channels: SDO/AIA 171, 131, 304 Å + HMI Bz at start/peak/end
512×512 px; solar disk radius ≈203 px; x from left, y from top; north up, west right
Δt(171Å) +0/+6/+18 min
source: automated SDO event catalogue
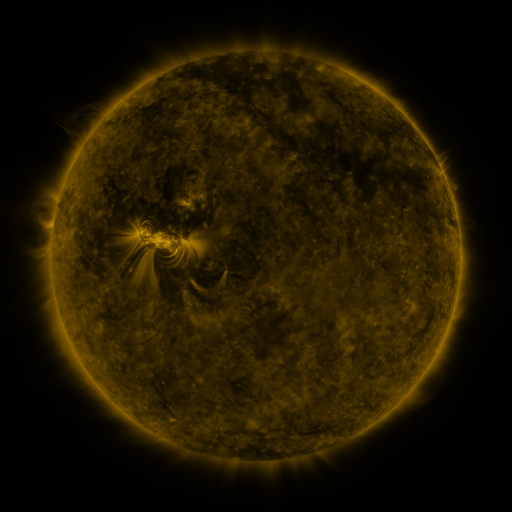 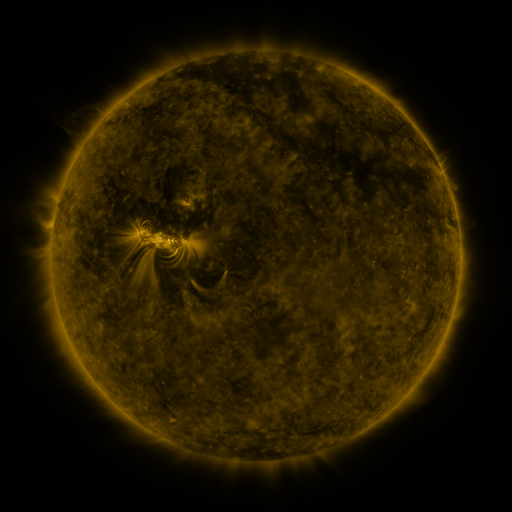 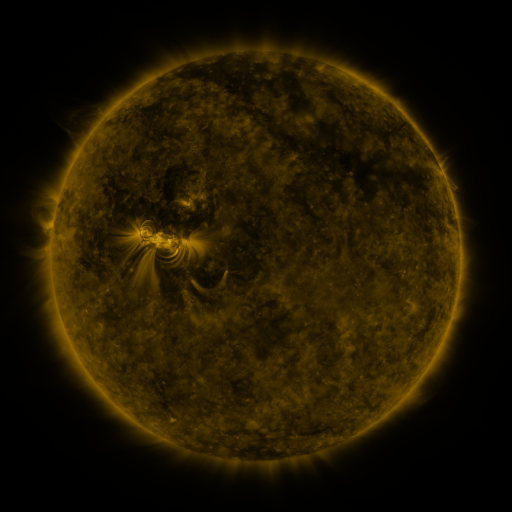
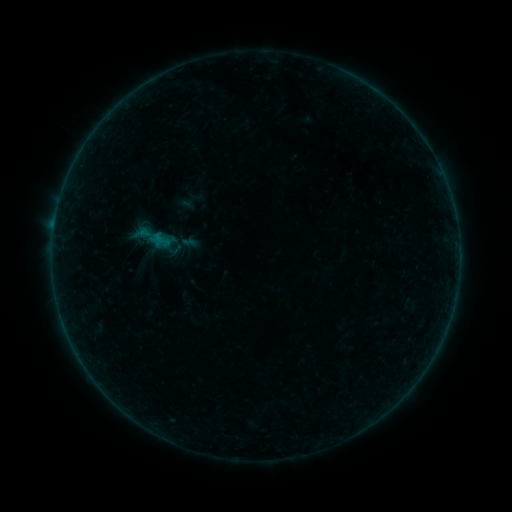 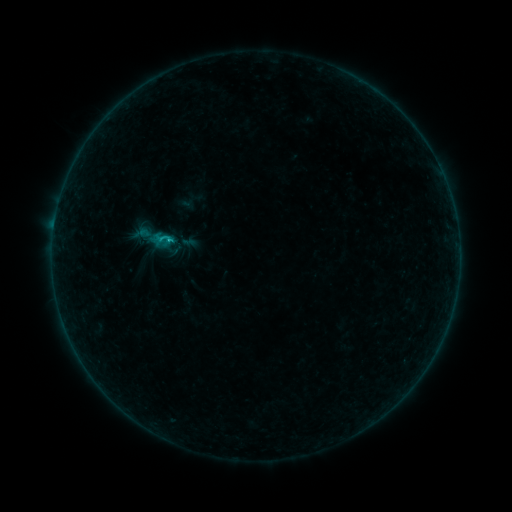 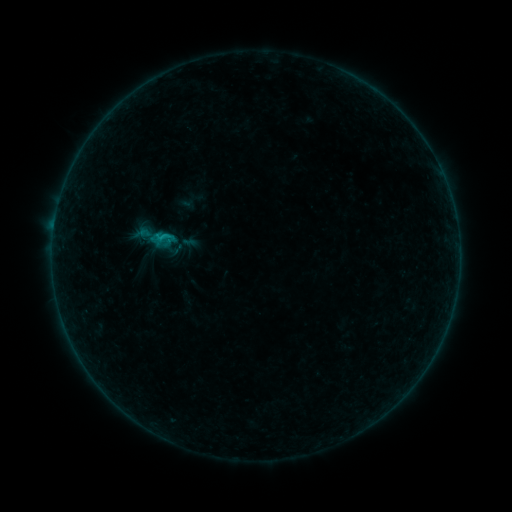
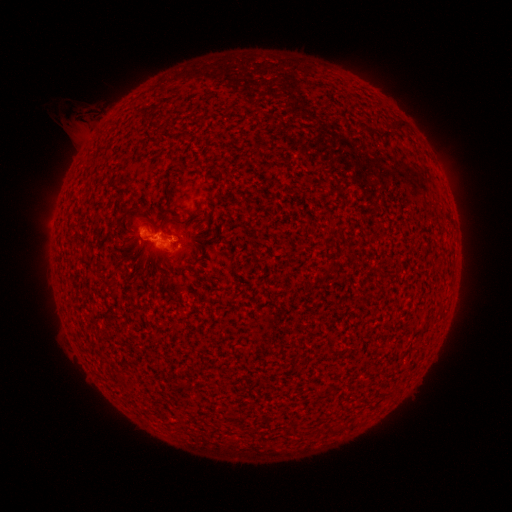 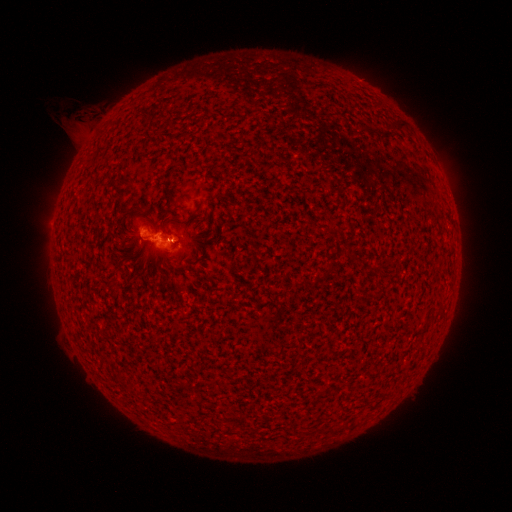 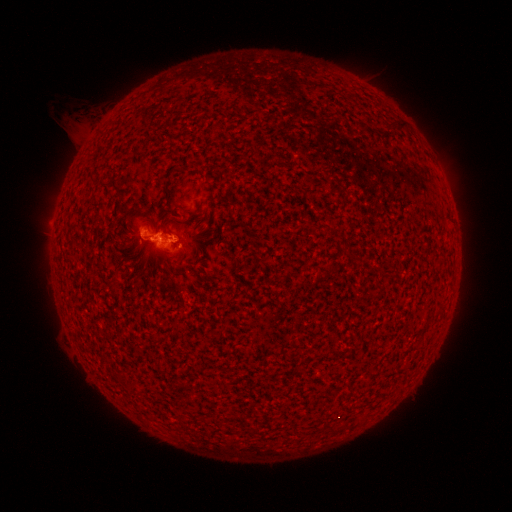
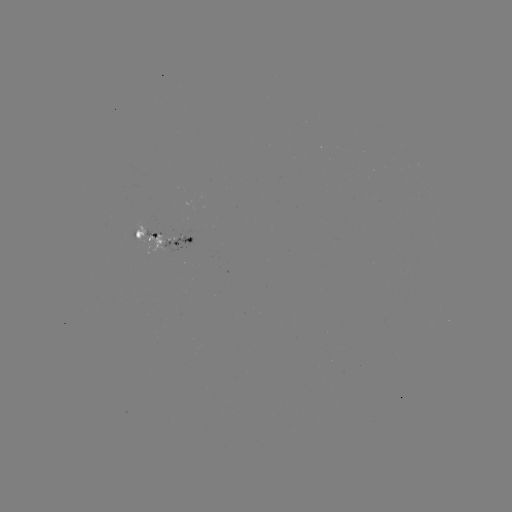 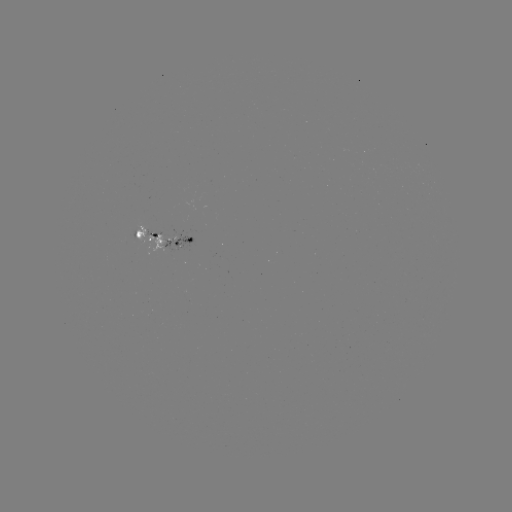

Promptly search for B8.1 flare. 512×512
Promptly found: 171,242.